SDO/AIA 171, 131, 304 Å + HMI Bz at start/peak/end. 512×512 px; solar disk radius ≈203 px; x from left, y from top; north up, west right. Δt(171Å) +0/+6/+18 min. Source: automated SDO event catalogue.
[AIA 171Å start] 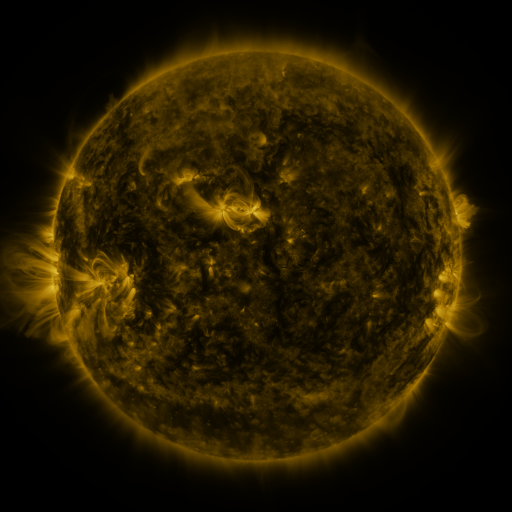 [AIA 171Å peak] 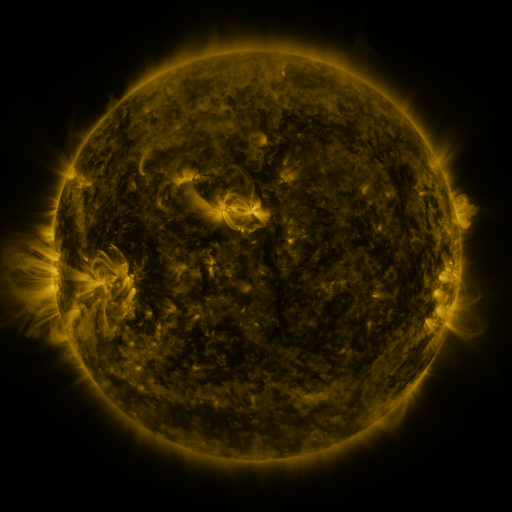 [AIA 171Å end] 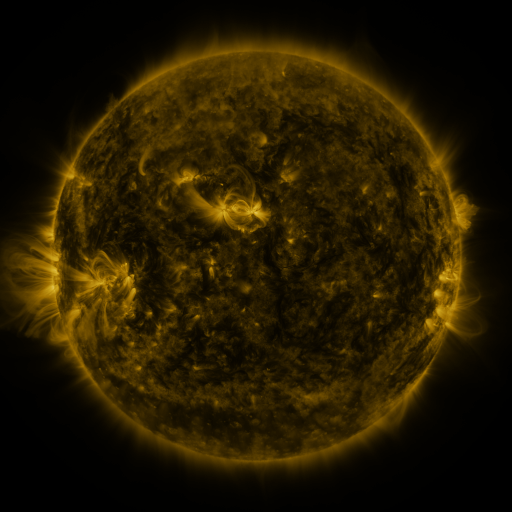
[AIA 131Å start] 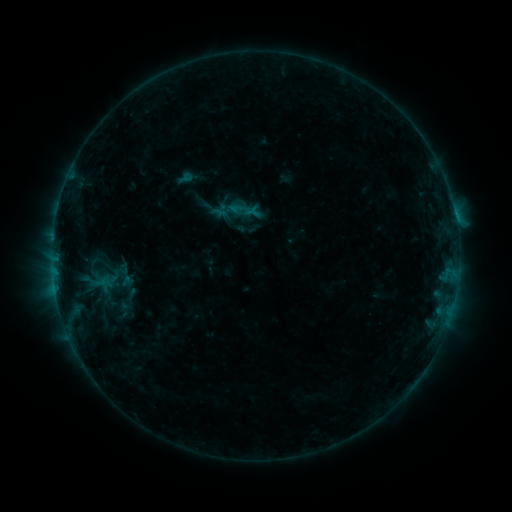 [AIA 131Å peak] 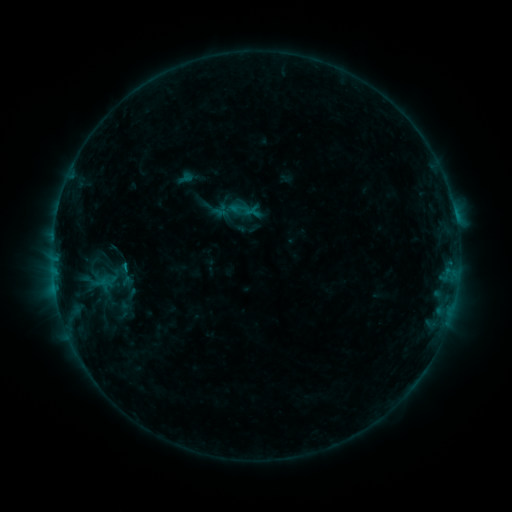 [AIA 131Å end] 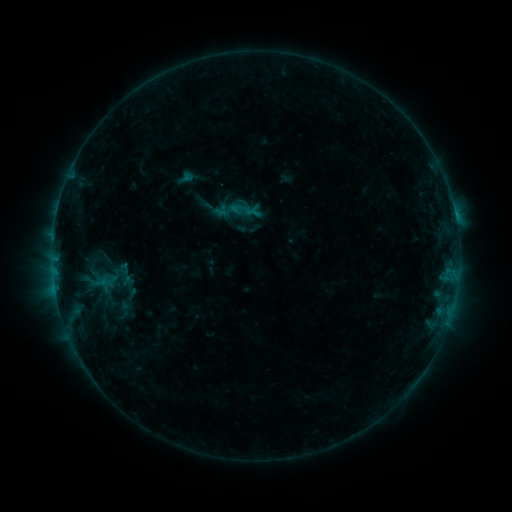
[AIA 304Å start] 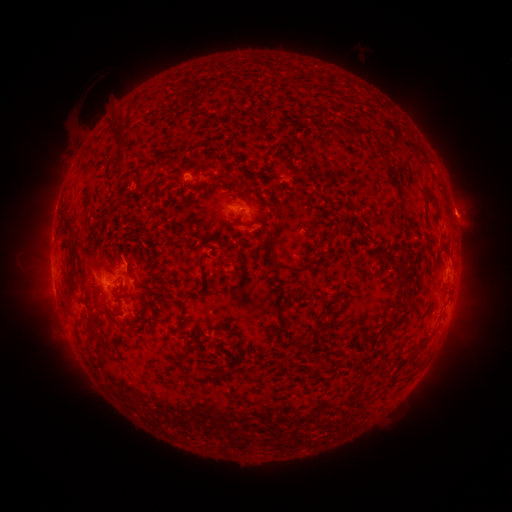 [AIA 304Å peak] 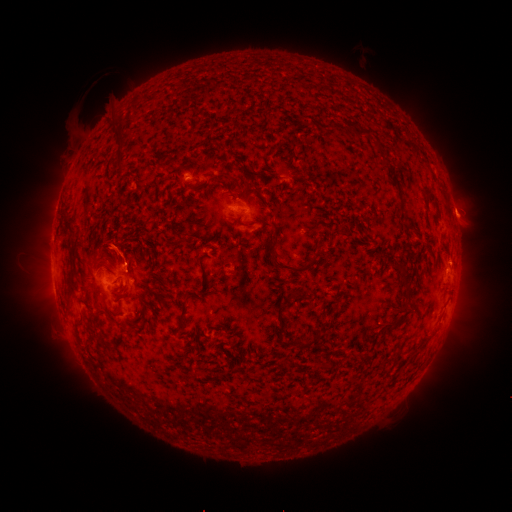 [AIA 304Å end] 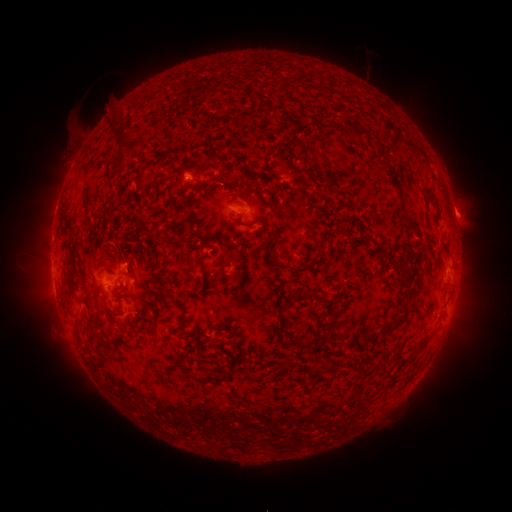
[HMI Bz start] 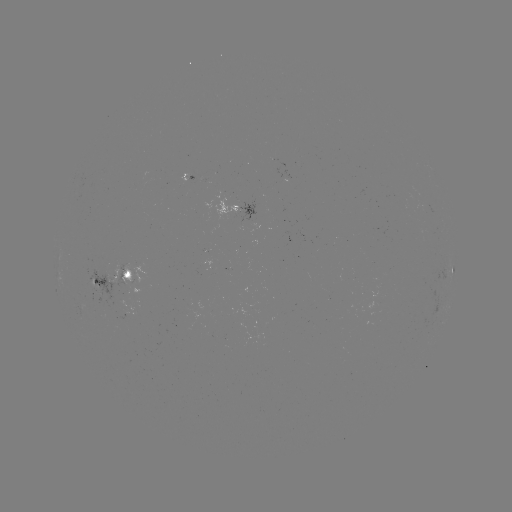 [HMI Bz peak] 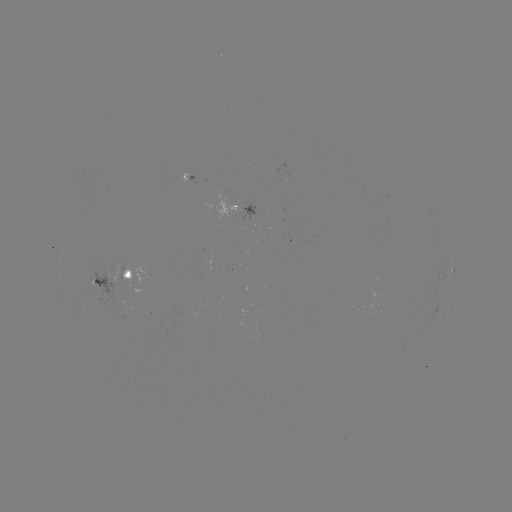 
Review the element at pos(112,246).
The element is eruption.